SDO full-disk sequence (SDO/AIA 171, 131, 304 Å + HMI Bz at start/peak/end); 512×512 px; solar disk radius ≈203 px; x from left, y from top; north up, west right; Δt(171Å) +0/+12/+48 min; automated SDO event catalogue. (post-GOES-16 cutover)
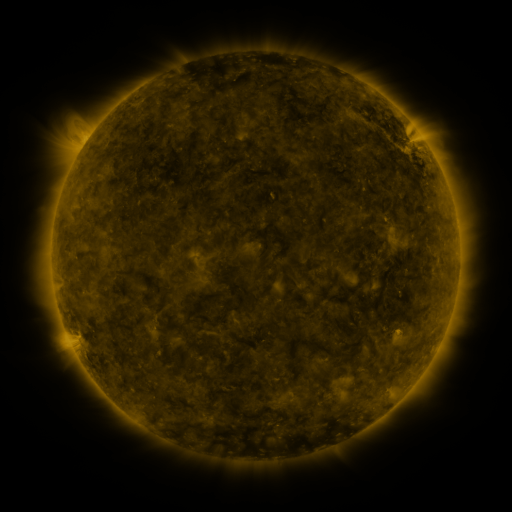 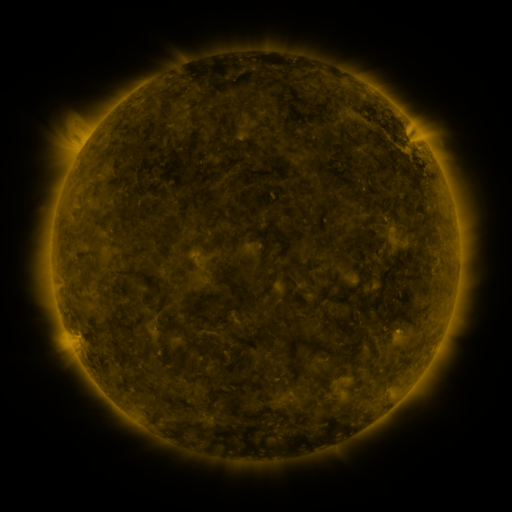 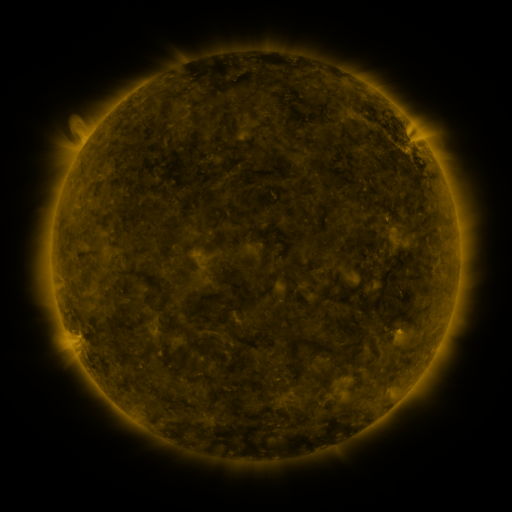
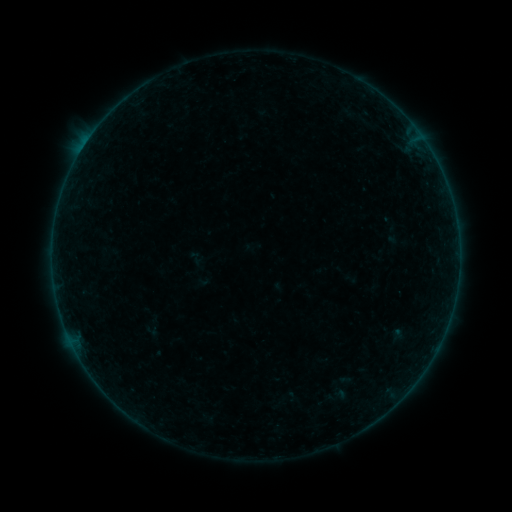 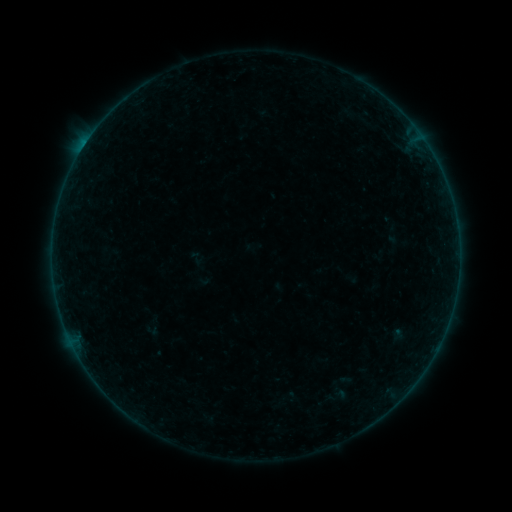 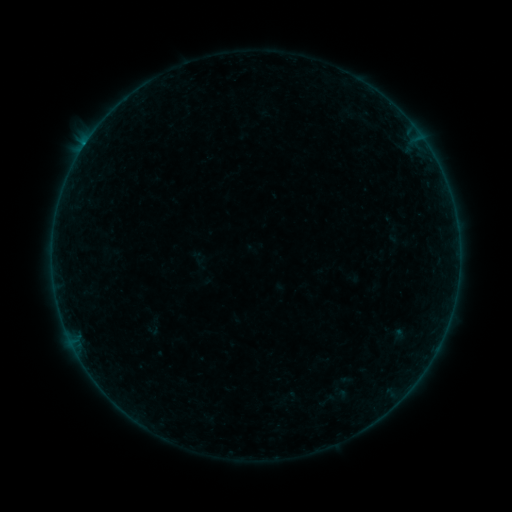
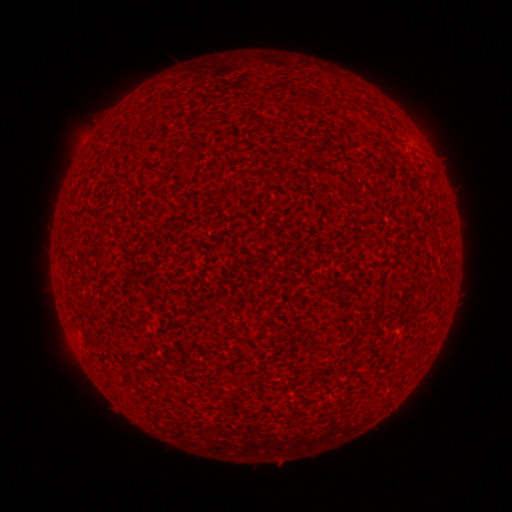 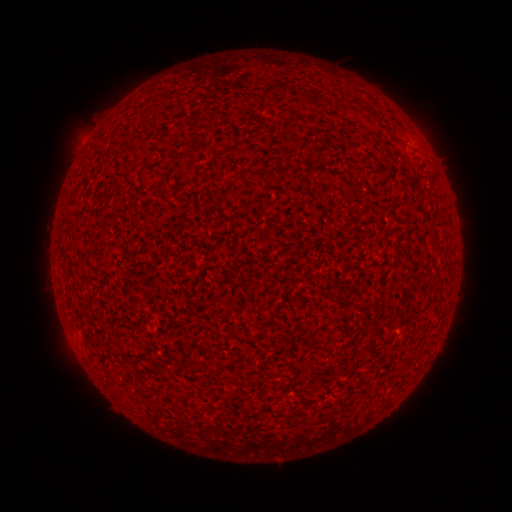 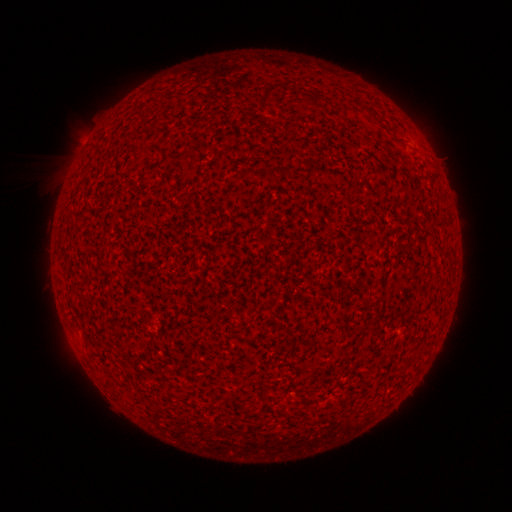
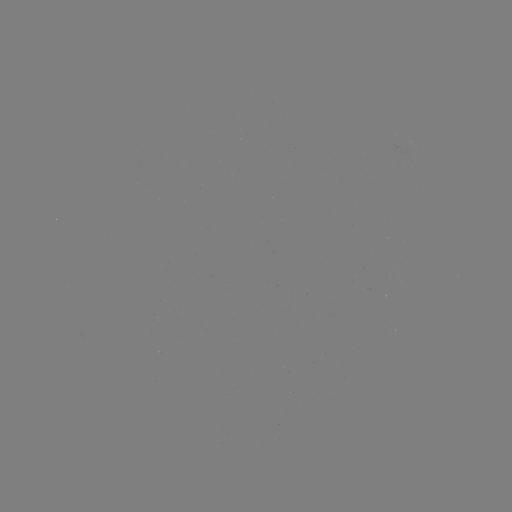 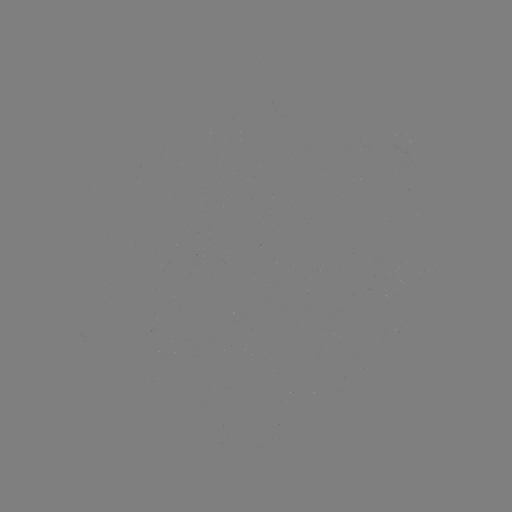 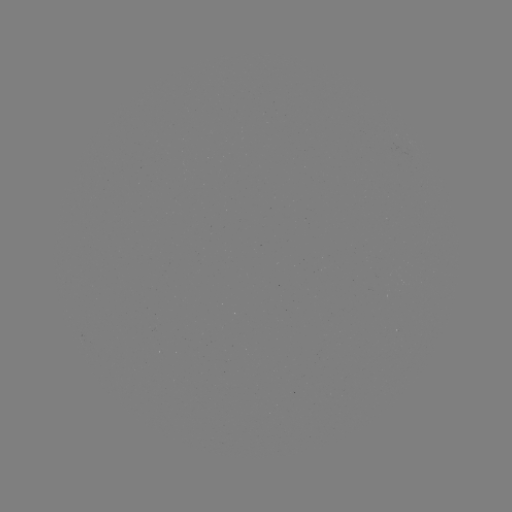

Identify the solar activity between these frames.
B3.0 flare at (85, 145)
